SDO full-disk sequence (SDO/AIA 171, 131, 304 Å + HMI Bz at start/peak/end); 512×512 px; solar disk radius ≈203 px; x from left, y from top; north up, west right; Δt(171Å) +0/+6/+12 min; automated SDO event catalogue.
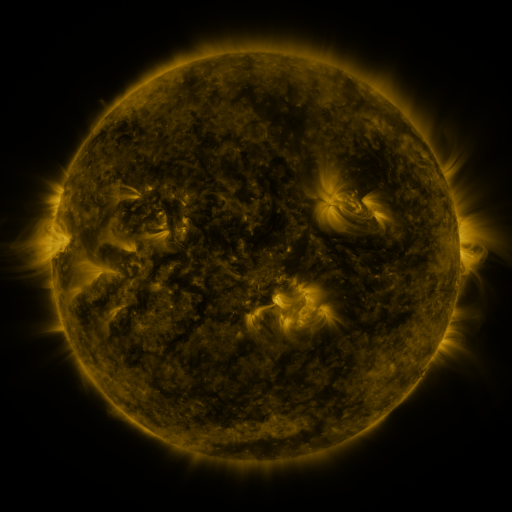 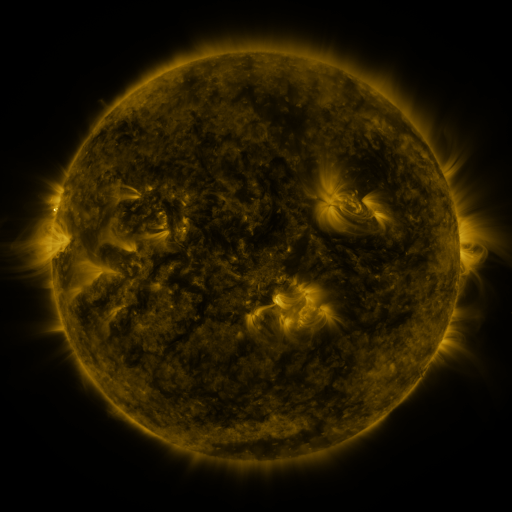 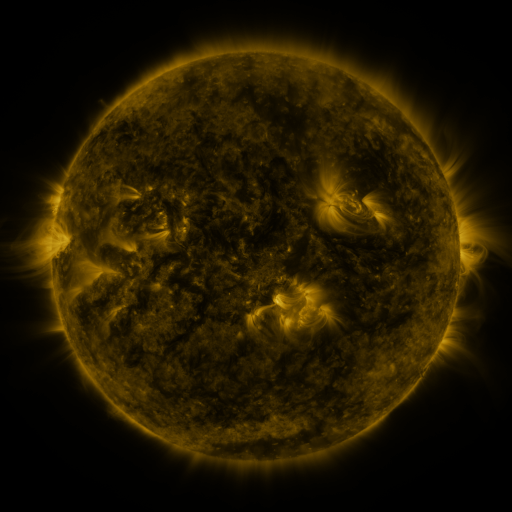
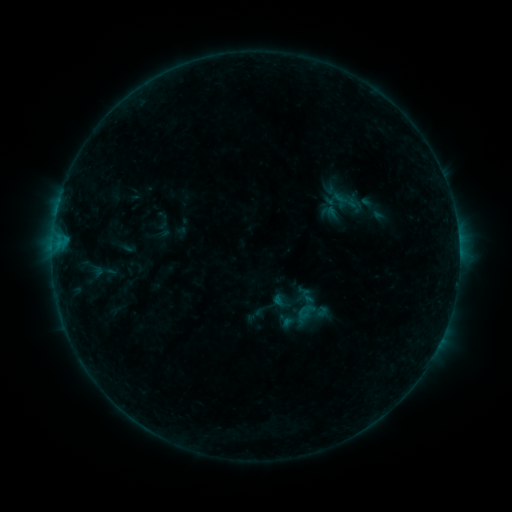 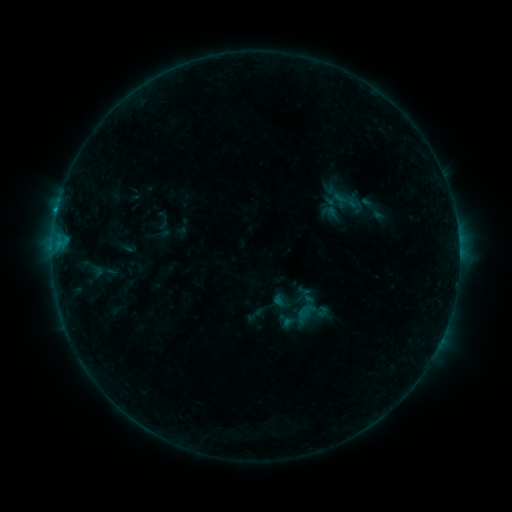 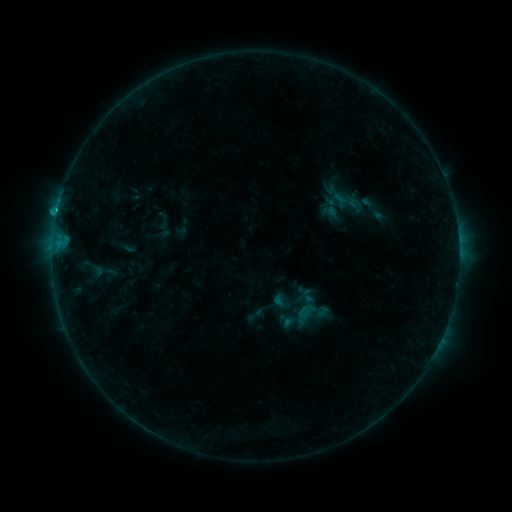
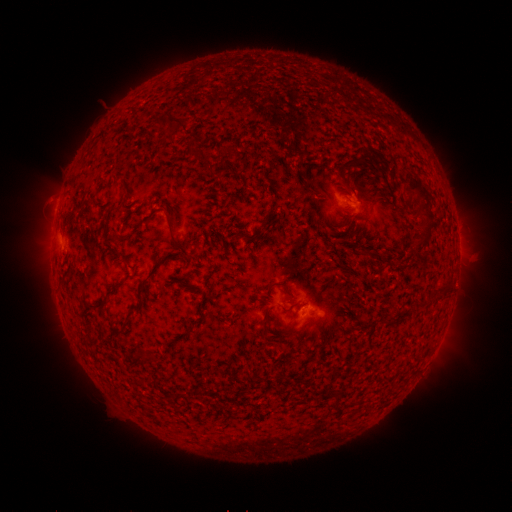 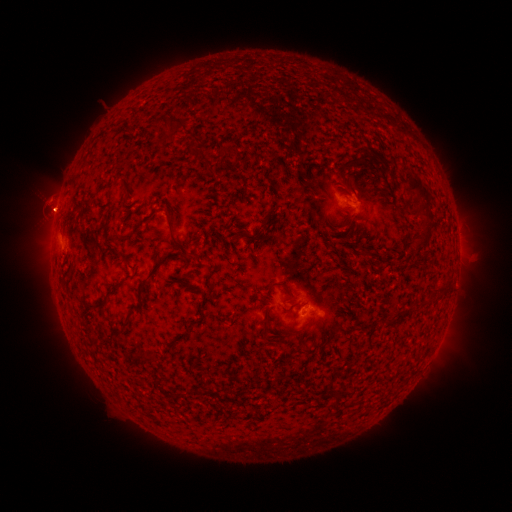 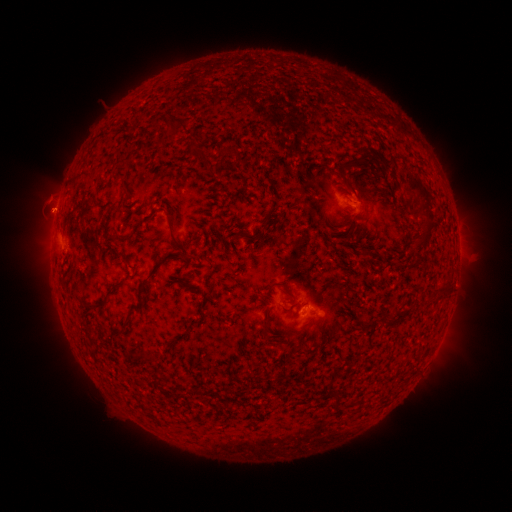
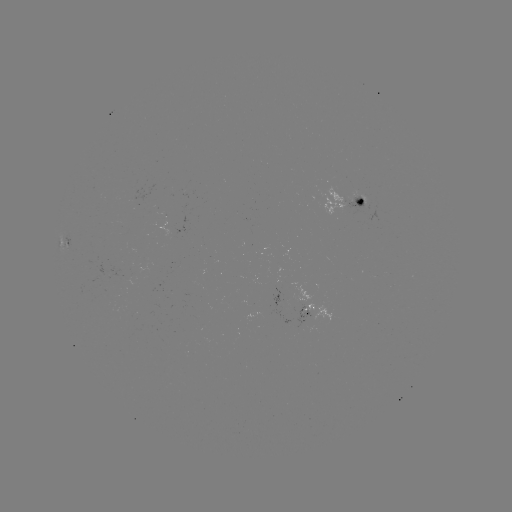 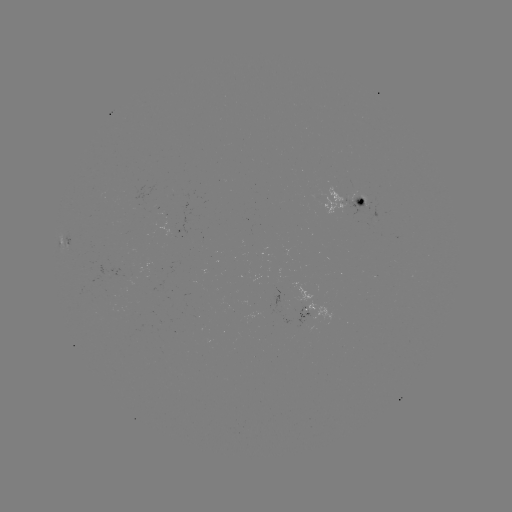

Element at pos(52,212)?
eruption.